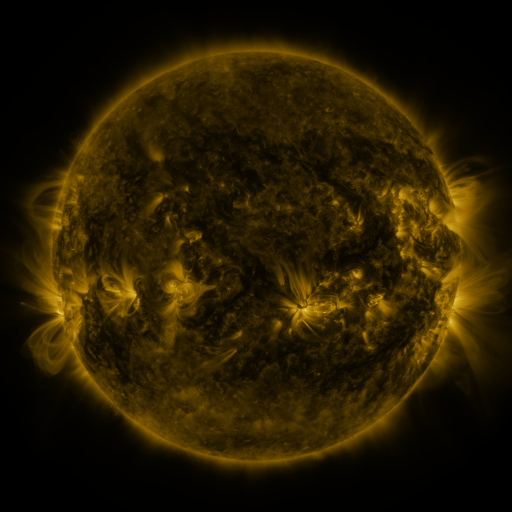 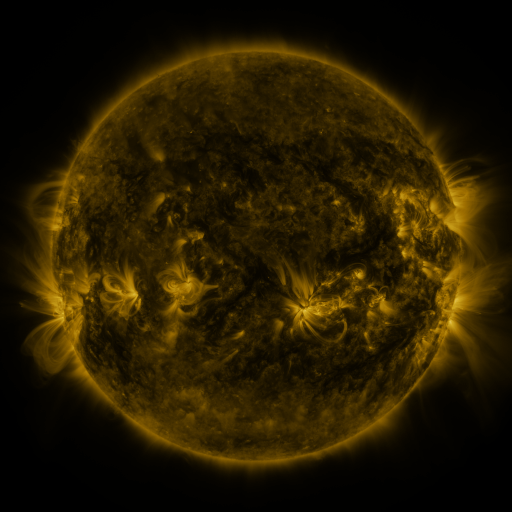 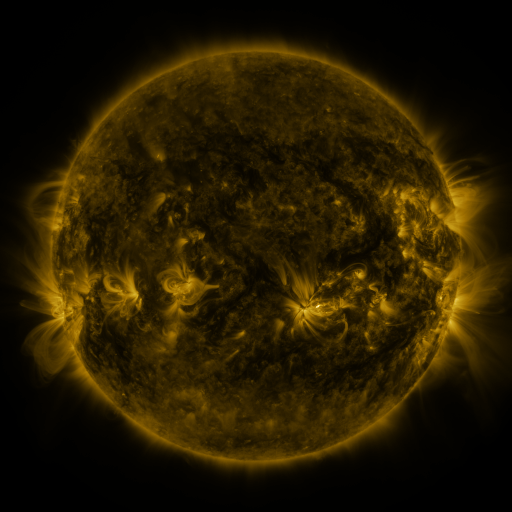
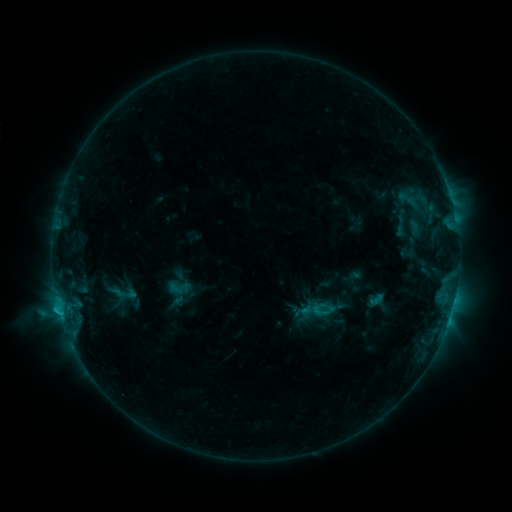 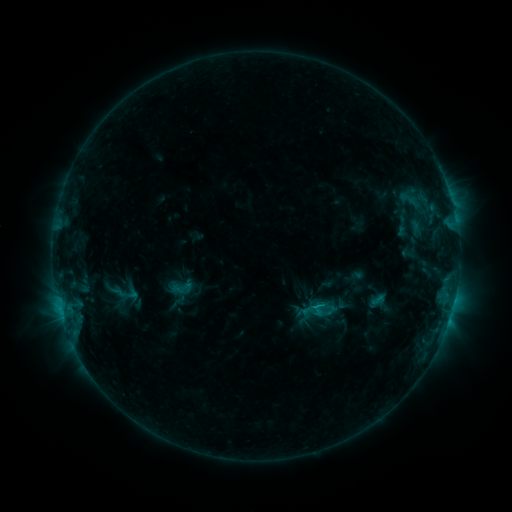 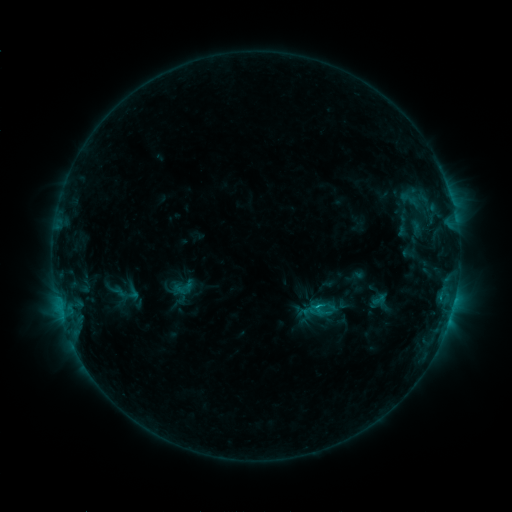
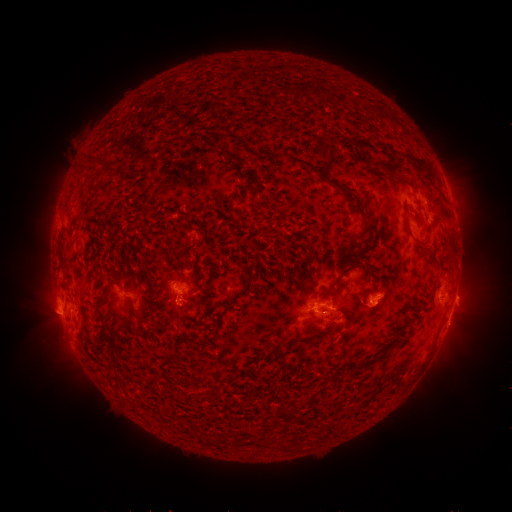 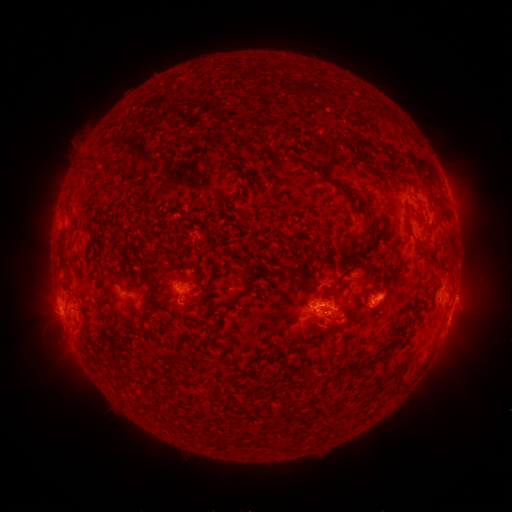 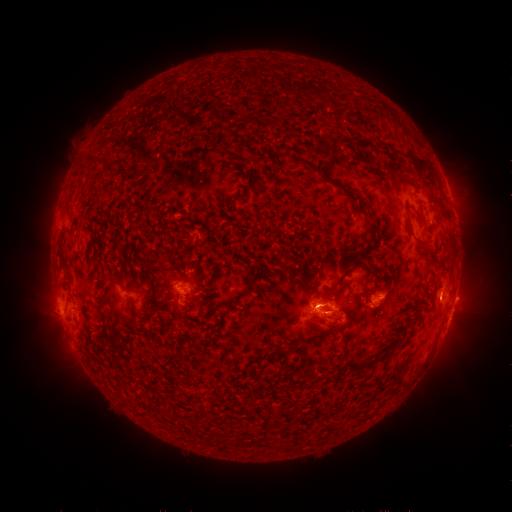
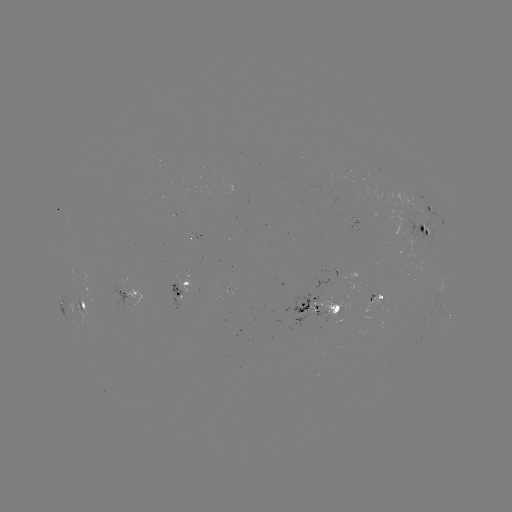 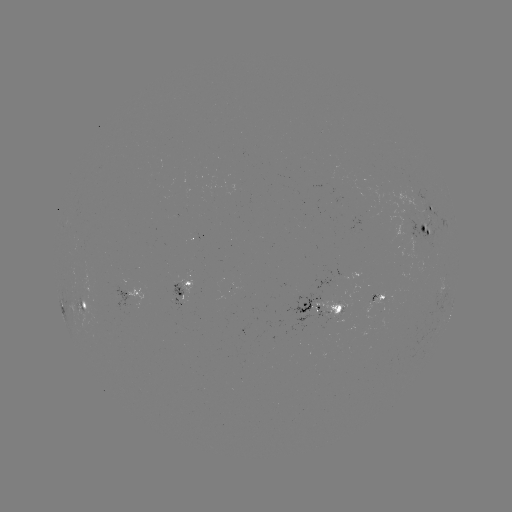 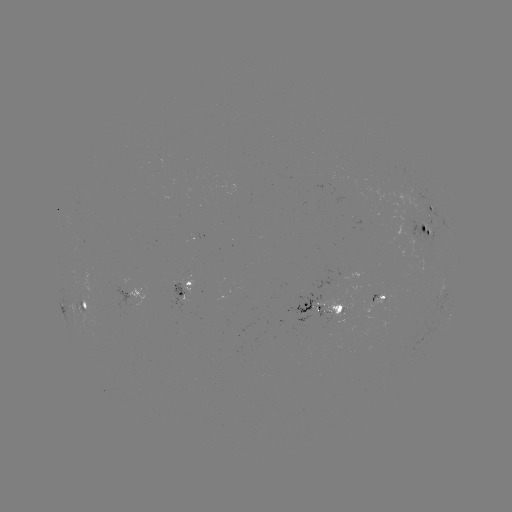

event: emerging-flux region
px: (365, 292)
